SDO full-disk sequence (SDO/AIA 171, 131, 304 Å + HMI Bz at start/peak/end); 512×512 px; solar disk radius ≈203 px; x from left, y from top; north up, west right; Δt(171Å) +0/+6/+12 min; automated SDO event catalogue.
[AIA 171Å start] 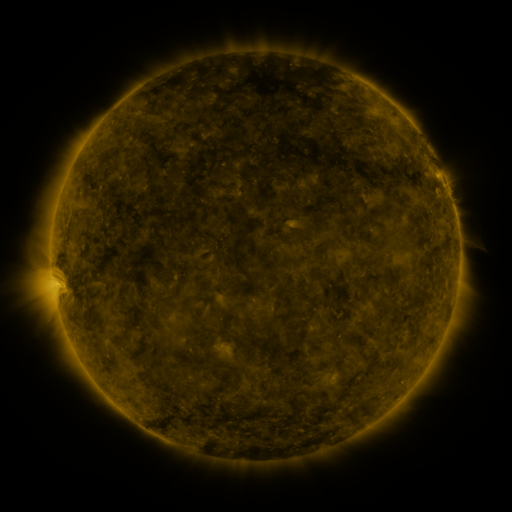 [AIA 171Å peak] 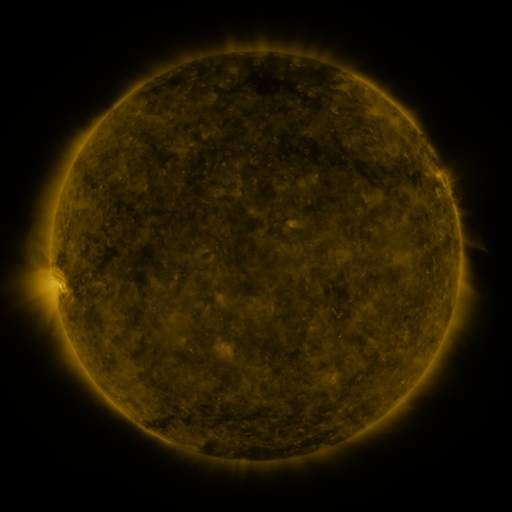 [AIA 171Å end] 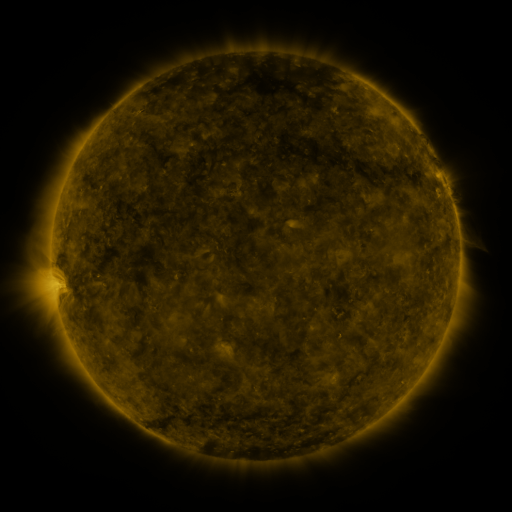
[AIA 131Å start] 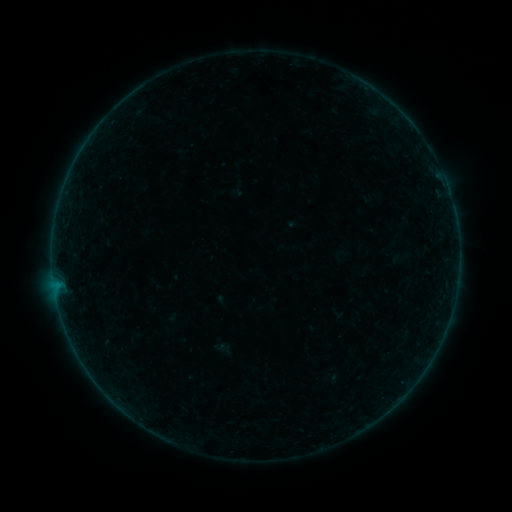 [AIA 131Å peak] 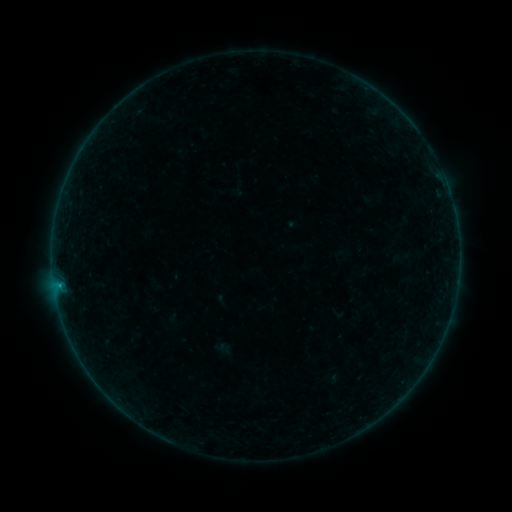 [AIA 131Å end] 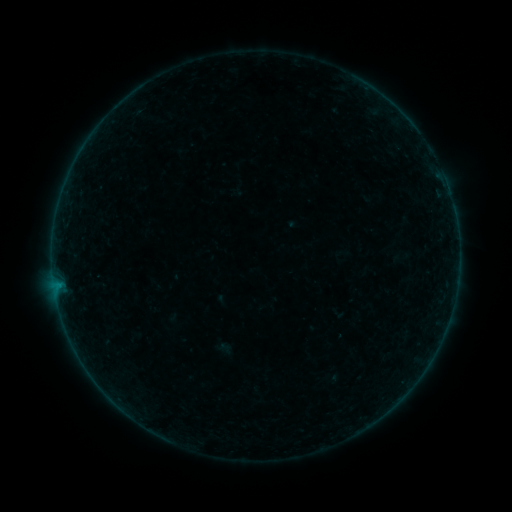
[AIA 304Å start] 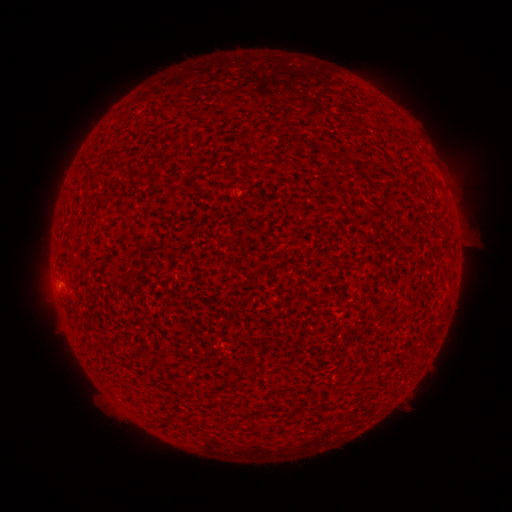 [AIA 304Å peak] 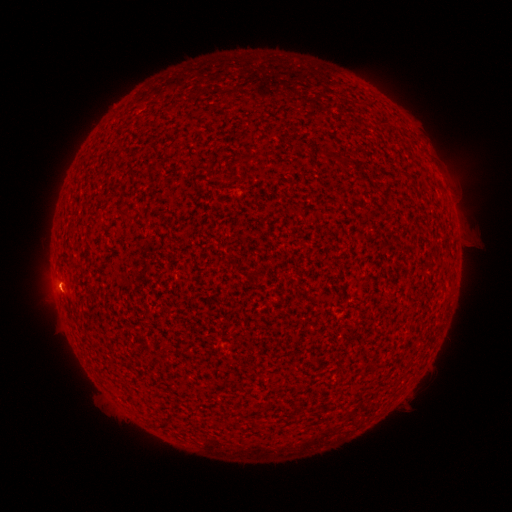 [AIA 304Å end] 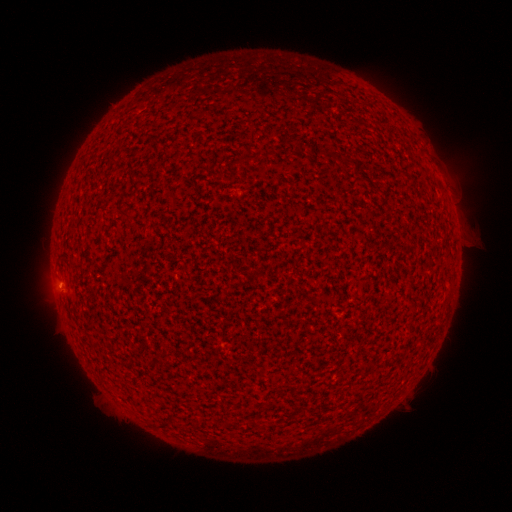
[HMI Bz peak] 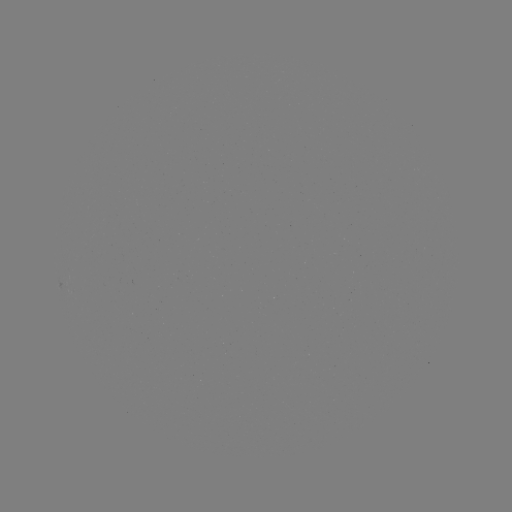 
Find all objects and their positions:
B1.0 flare: (60, 285)
